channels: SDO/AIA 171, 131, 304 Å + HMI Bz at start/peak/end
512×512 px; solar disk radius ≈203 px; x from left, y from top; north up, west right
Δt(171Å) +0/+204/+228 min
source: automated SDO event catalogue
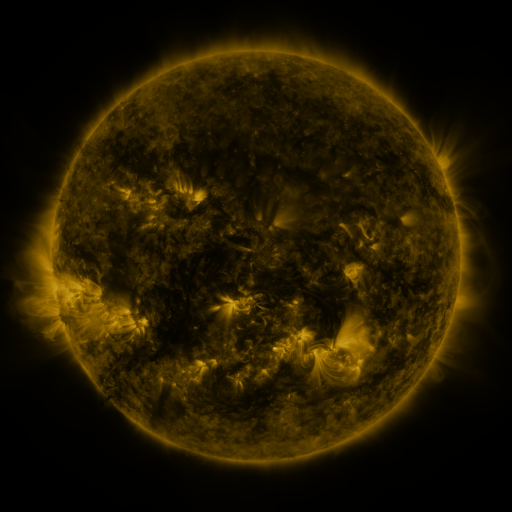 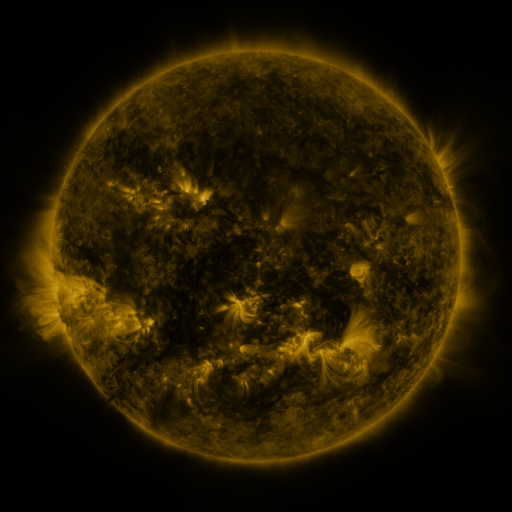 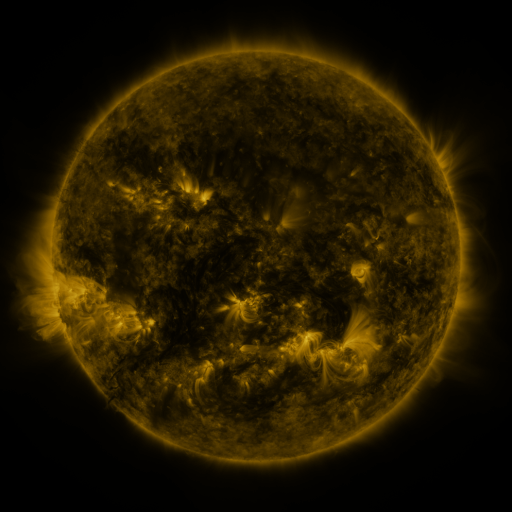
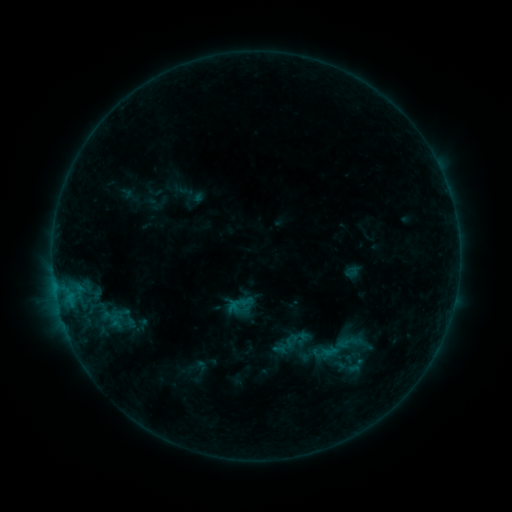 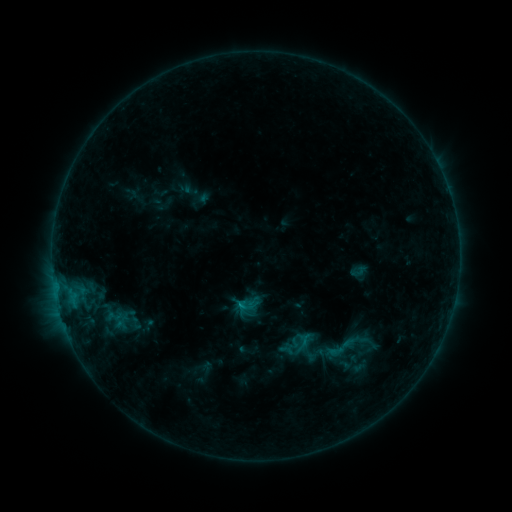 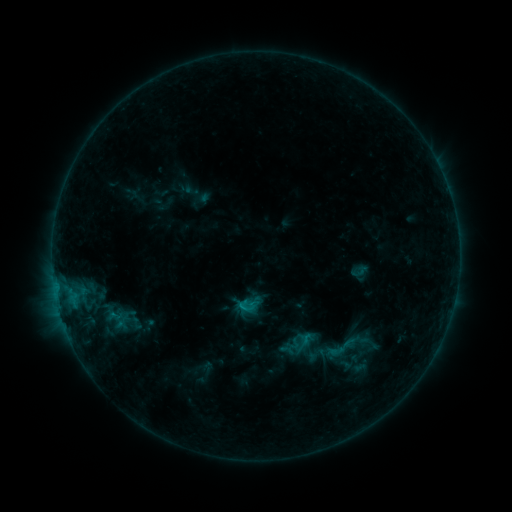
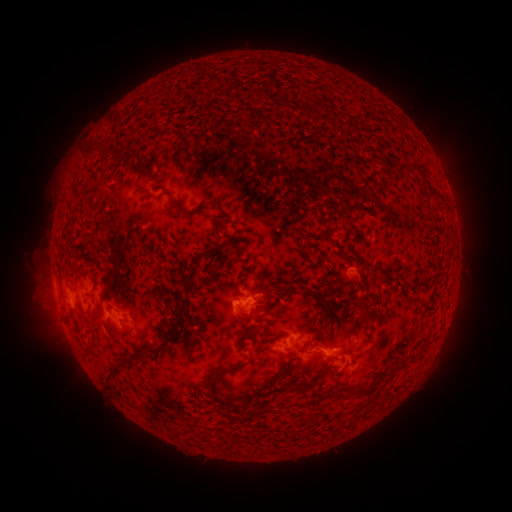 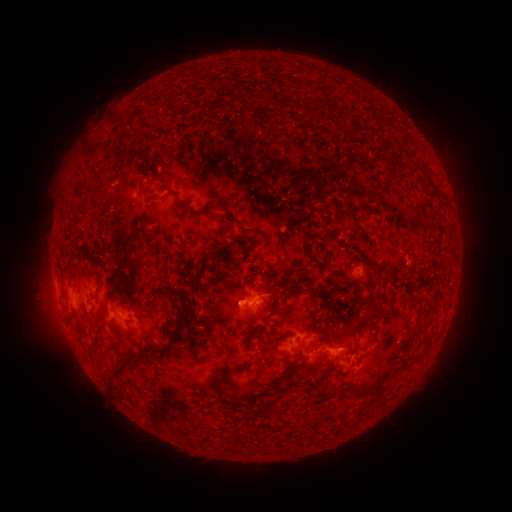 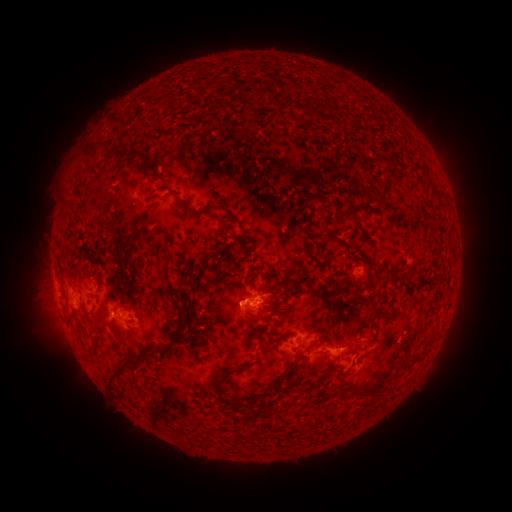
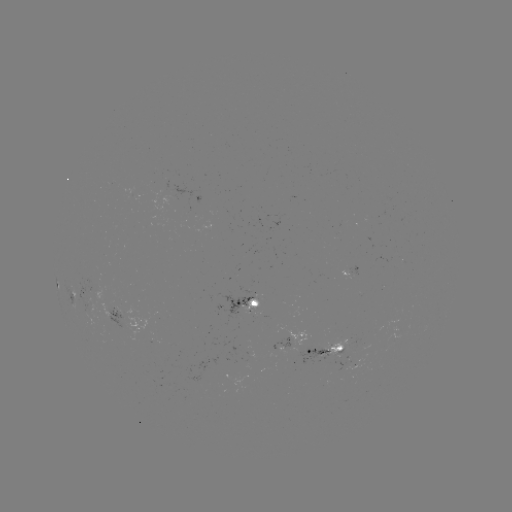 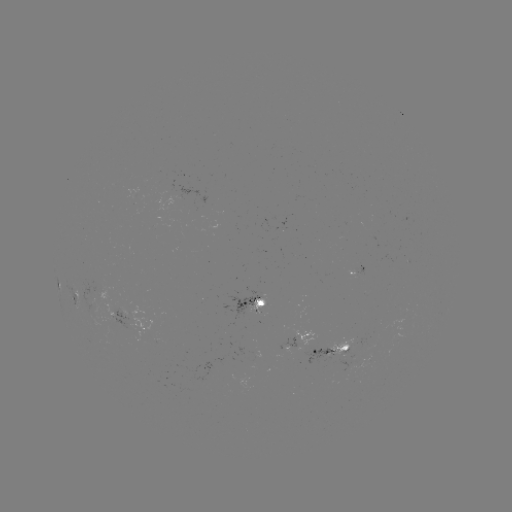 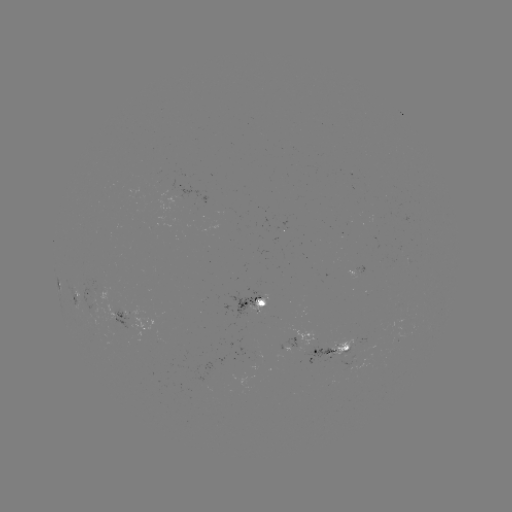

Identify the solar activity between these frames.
emerging-flux region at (91, 296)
